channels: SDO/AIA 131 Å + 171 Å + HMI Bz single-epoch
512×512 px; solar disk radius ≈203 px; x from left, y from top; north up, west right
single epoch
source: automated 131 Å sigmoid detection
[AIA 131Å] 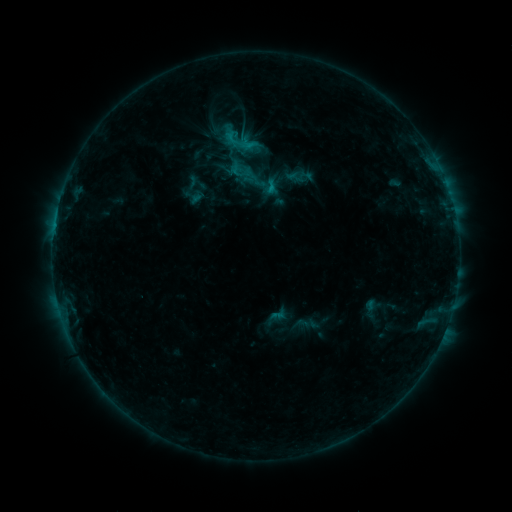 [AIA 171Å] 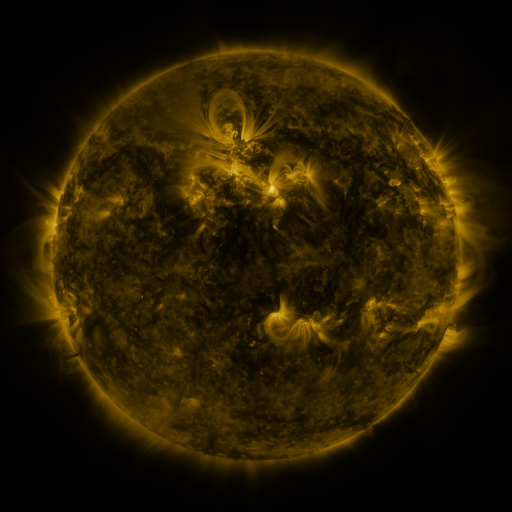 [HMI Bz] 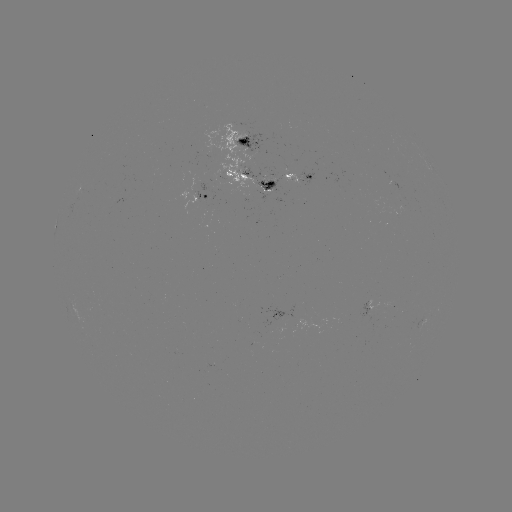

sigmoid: (219, 120, 268, 167)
